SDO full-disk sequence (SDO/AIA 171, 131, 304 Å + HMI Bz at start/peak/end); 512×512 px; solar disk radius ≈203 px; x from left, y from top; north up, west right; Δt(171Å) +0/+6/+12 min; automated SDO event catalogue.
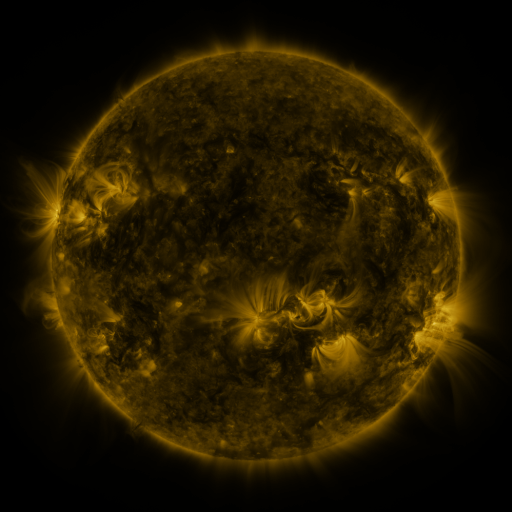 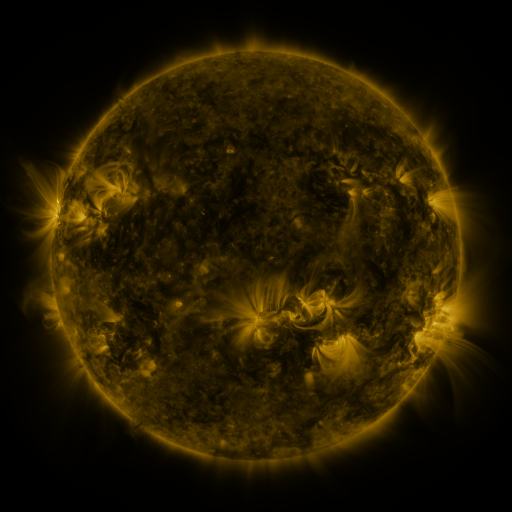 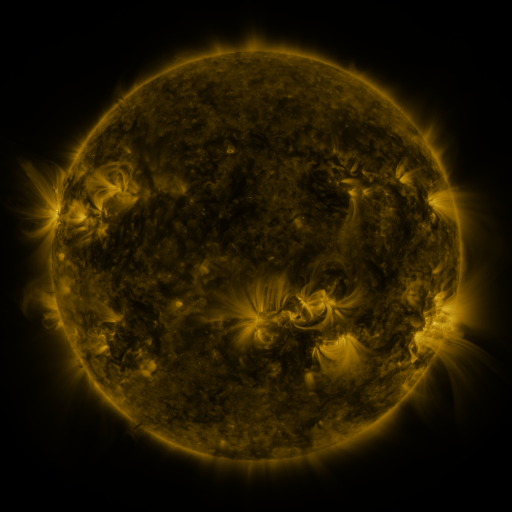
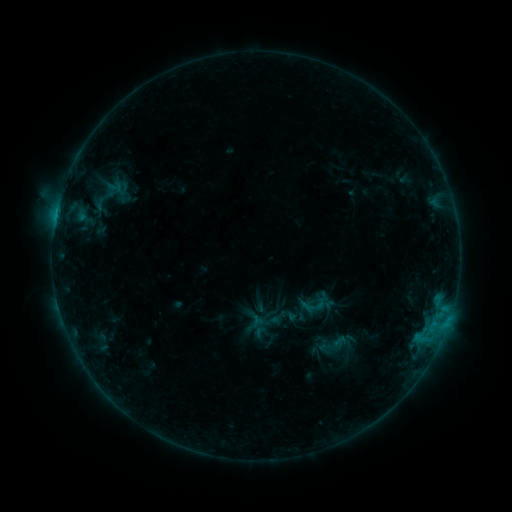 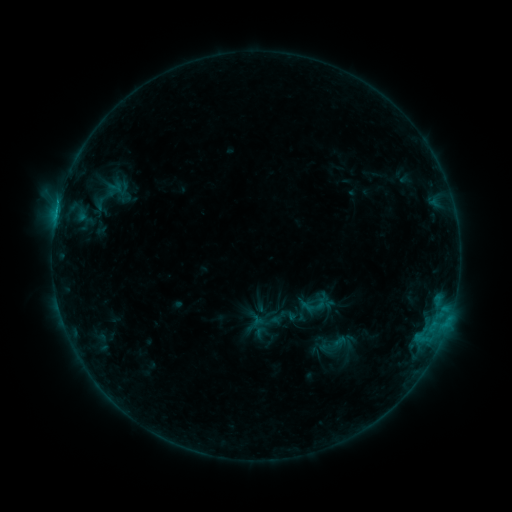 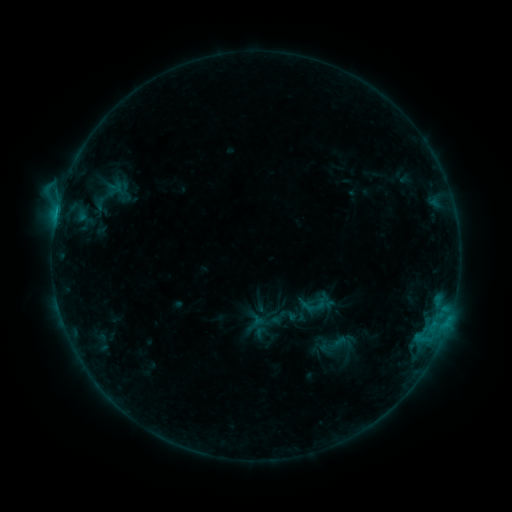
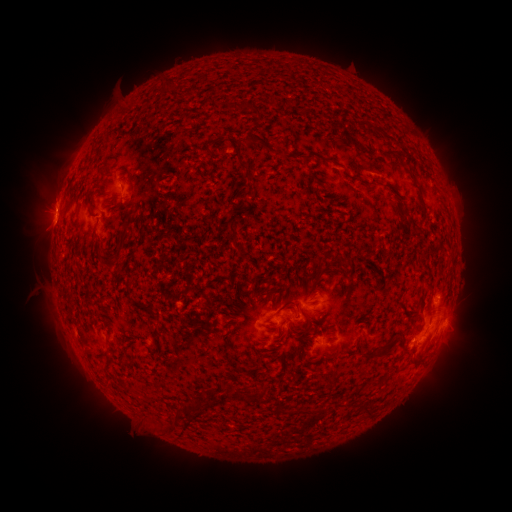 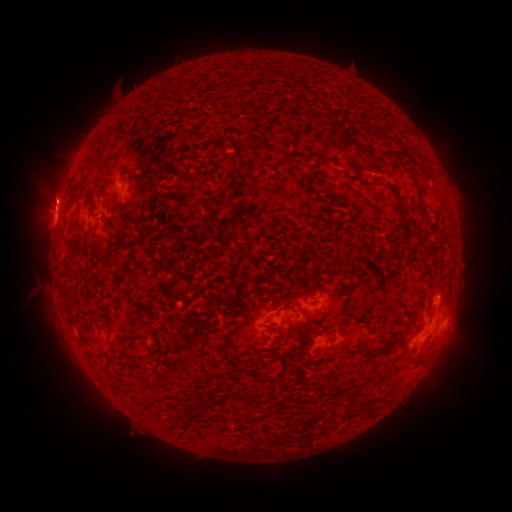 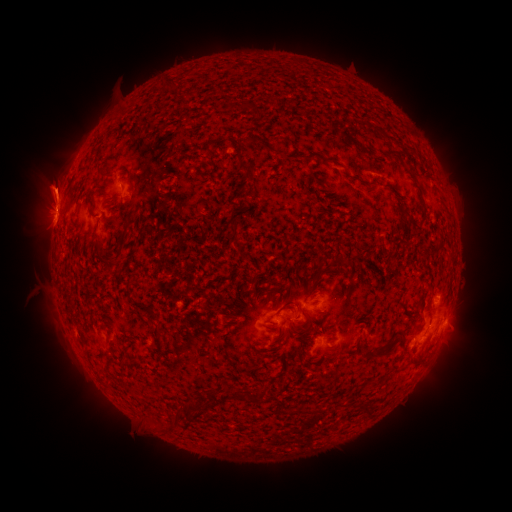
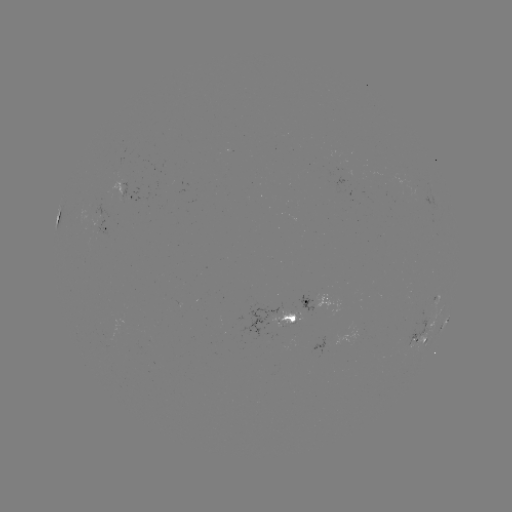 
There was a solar flare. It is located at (59, 203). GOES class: C1.9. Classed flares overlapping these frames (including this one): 1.